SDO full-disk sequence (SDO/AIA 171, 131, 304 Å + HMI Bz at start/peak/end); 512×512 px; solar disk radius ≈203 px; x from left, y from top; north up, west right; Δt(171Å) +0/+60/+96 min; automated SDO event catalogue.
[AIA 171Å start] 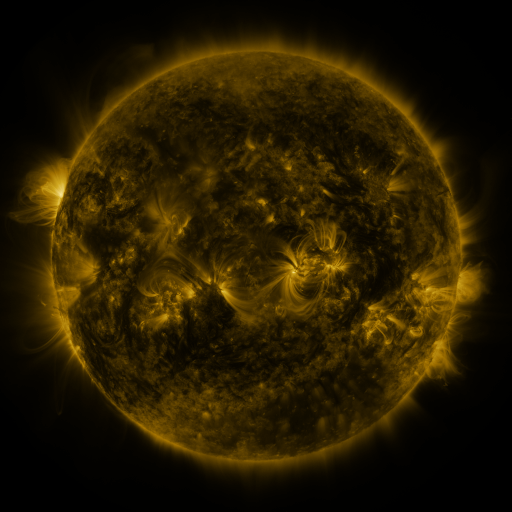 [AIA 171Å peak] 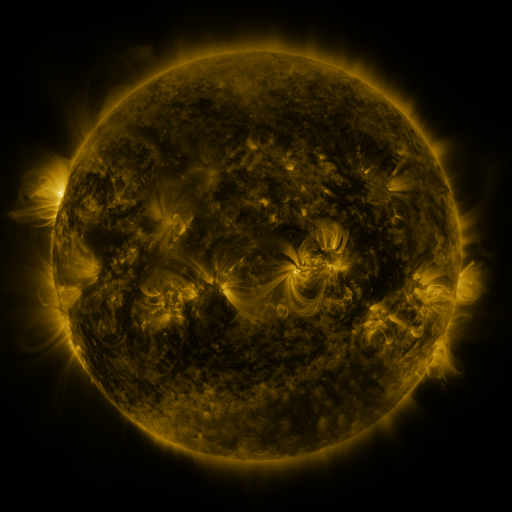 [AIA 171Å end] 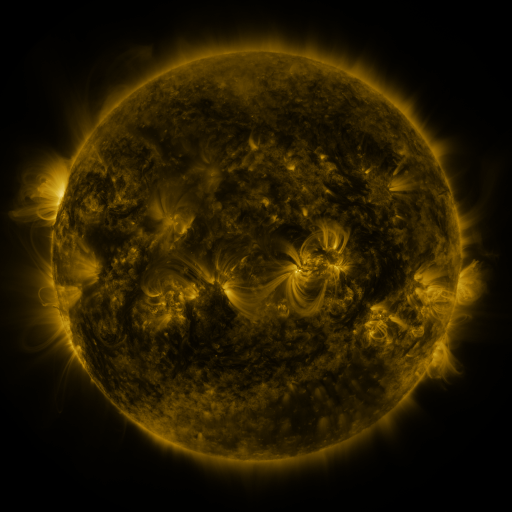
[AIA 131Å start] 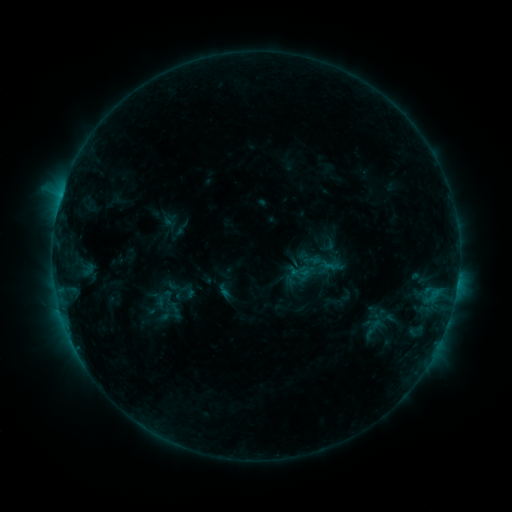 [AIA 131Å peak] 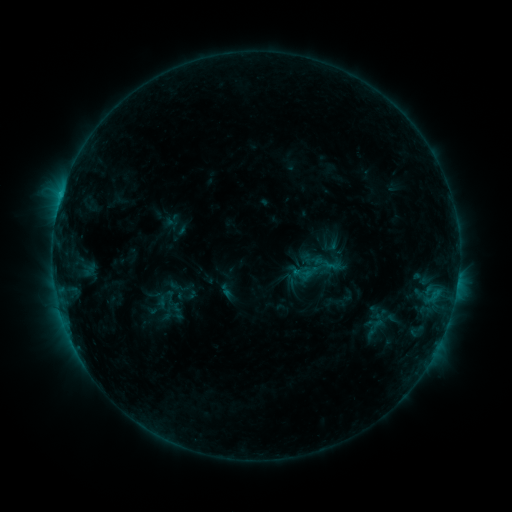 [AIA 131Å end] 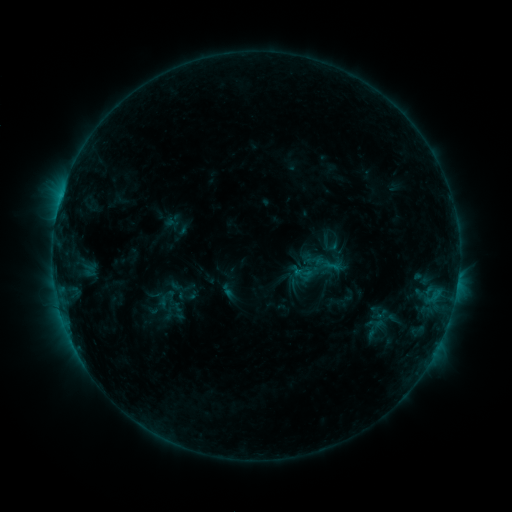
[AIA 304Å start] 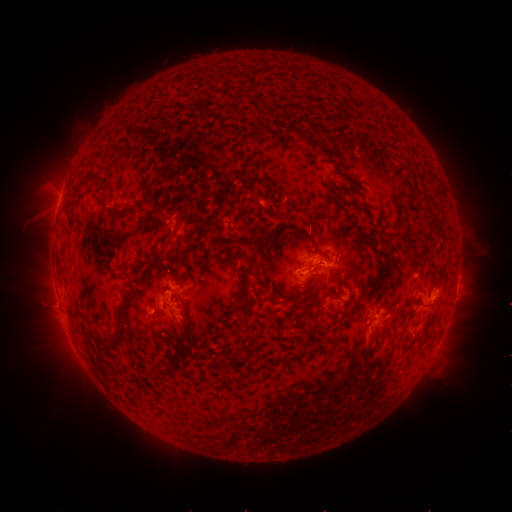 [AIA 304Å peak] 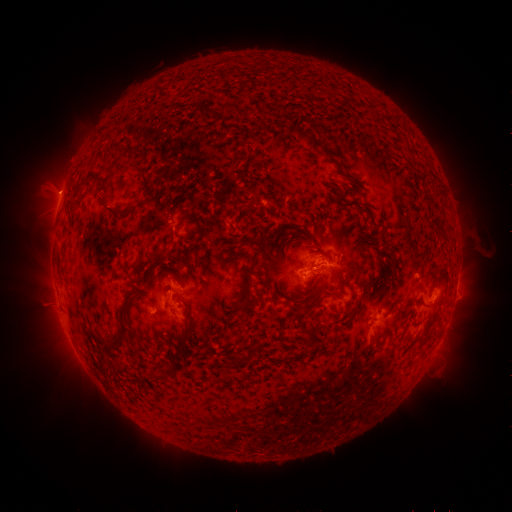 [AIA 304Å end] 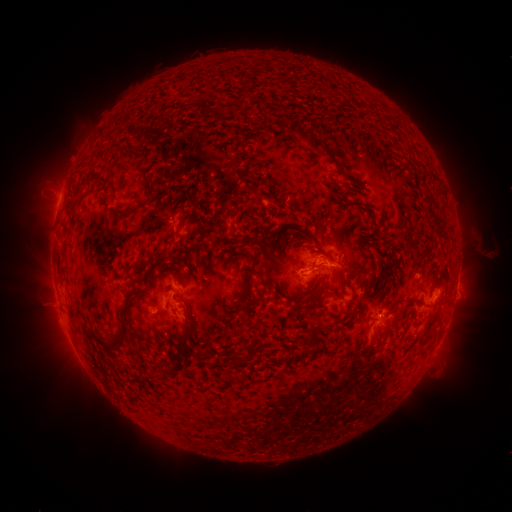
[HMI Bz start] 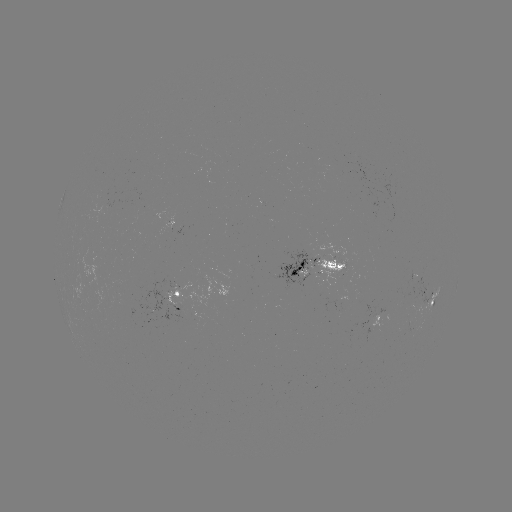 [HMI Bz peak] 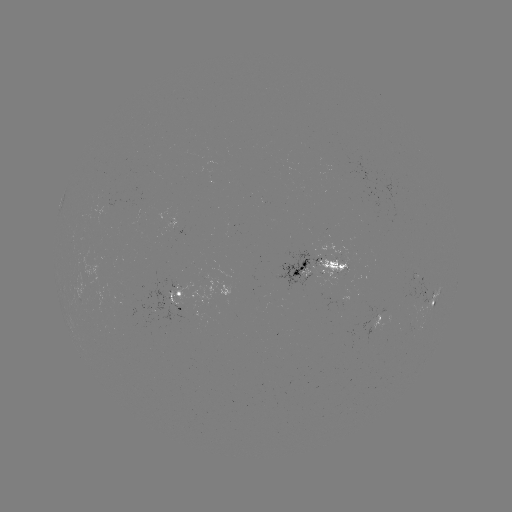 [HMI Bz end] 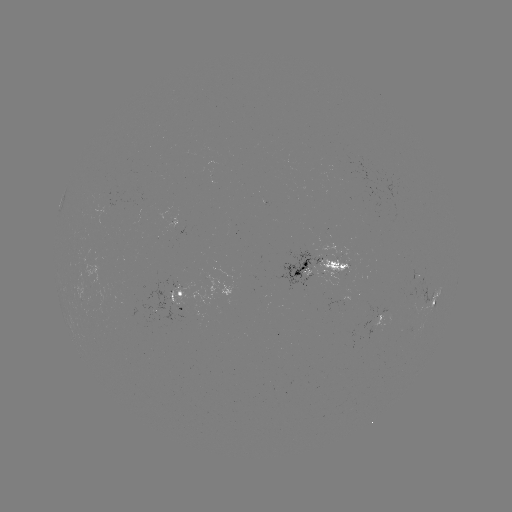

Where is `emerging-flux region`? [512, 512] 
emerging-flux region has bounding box [149, 311, 159, 318].